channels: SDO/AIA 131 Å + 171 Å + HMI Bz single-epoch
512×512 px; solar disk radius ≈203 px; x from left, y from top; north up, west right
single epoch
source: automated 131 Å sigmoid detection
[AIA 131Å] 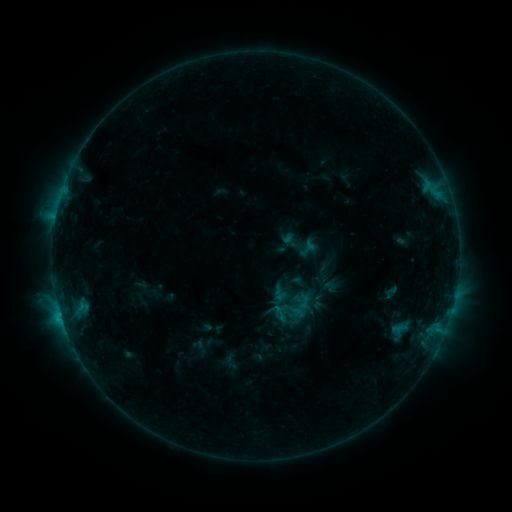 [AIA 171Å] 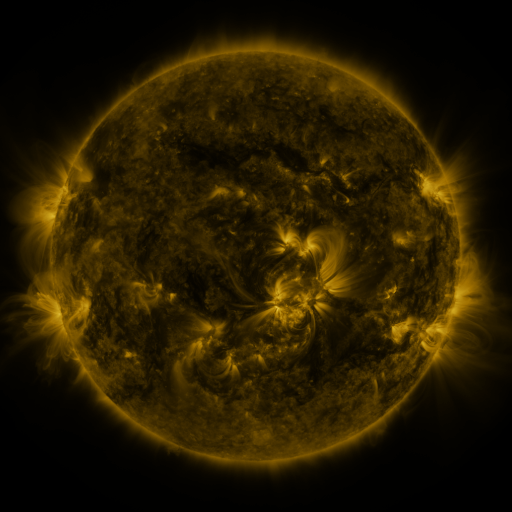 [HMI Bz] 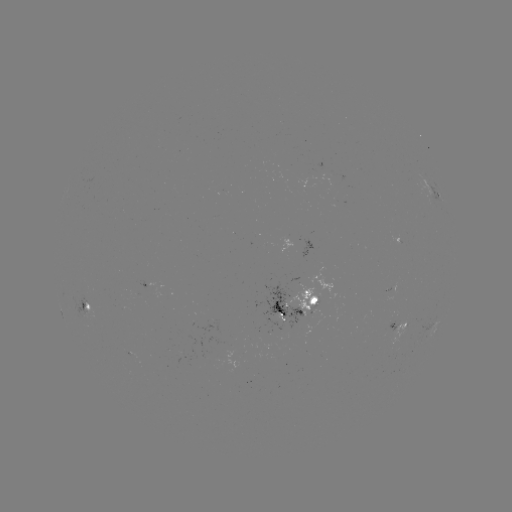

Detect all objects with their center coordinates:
sigmoid: (299, 244)
sigmoid: (280, 313)
